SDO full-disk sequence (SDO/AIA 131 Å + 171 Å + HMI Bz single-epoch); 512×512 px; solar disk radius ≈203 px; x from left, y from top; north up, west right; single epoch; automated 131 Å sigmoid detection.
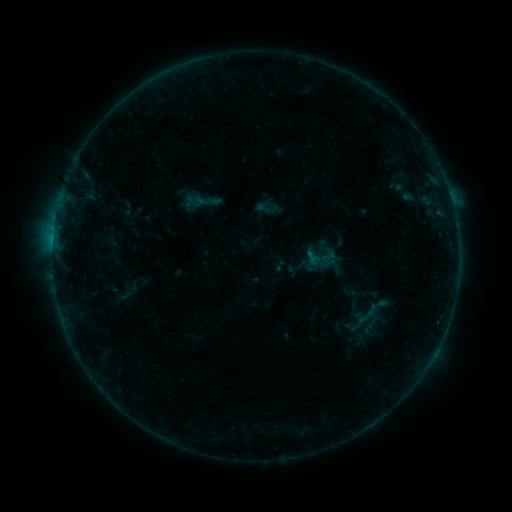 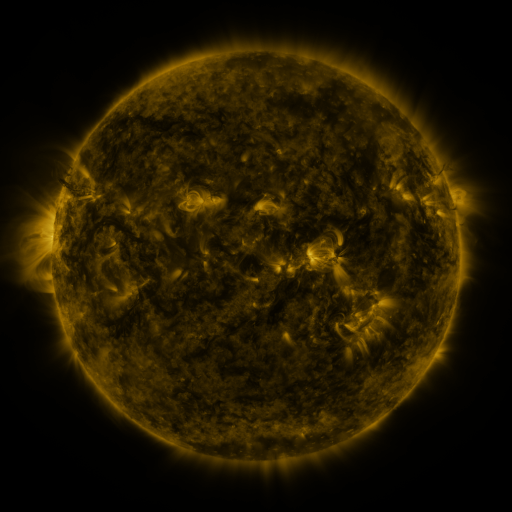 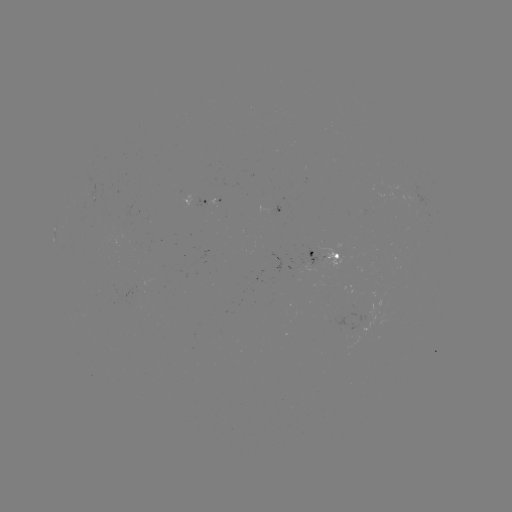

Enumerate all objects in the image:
sigmoid: (263, 207)
